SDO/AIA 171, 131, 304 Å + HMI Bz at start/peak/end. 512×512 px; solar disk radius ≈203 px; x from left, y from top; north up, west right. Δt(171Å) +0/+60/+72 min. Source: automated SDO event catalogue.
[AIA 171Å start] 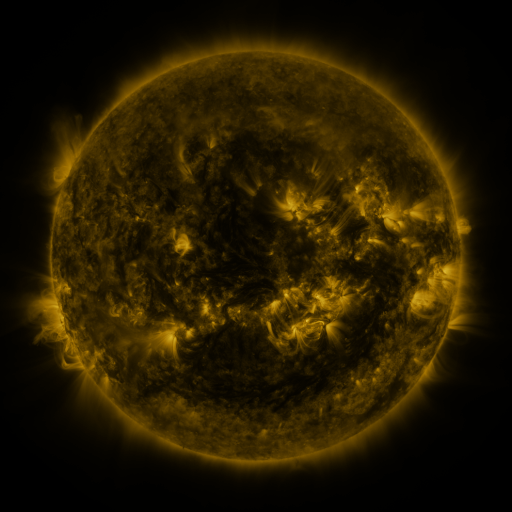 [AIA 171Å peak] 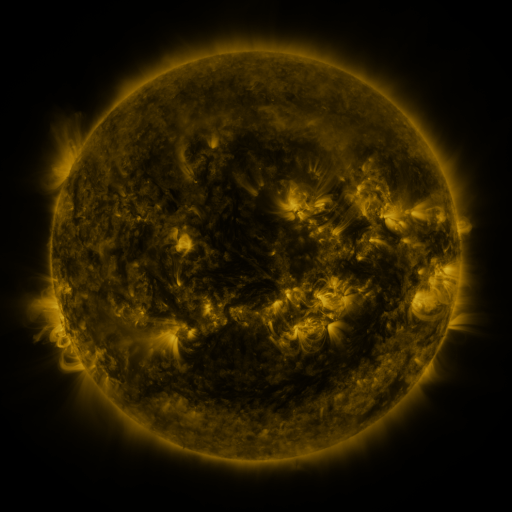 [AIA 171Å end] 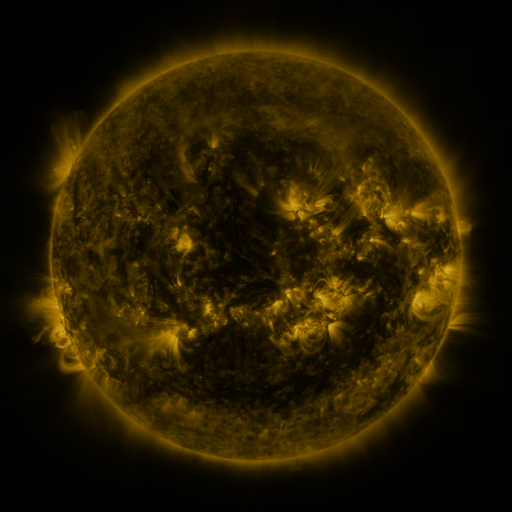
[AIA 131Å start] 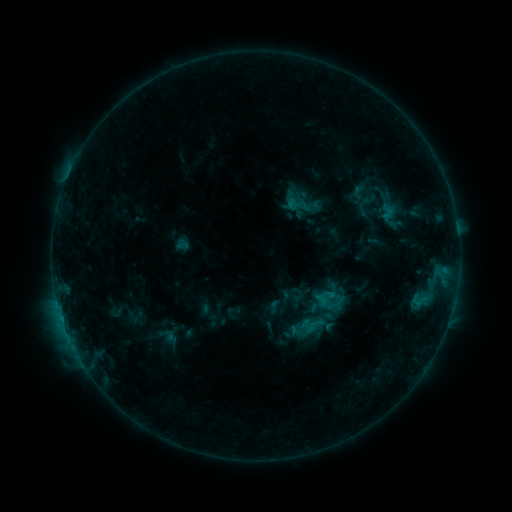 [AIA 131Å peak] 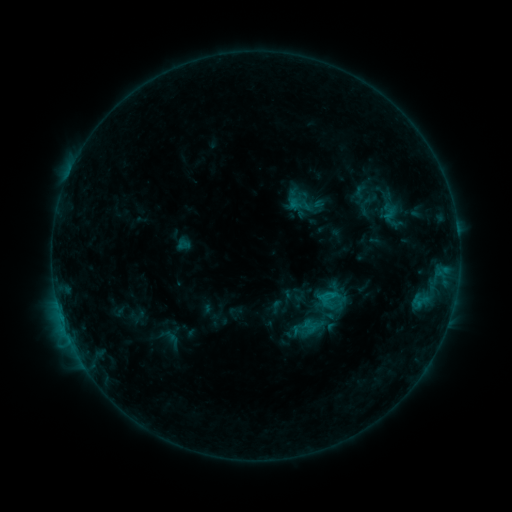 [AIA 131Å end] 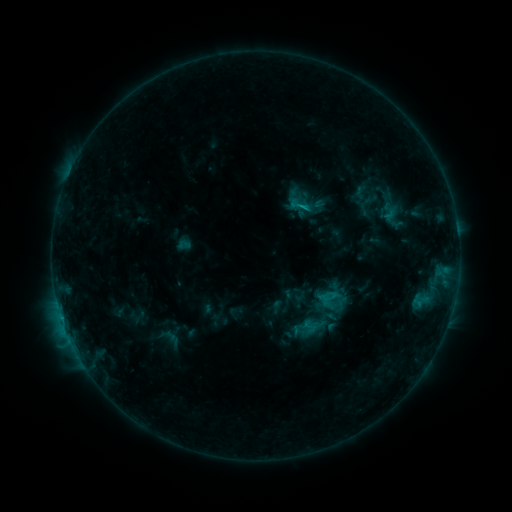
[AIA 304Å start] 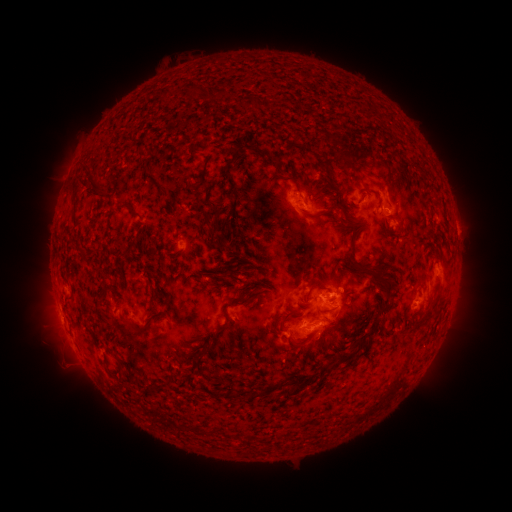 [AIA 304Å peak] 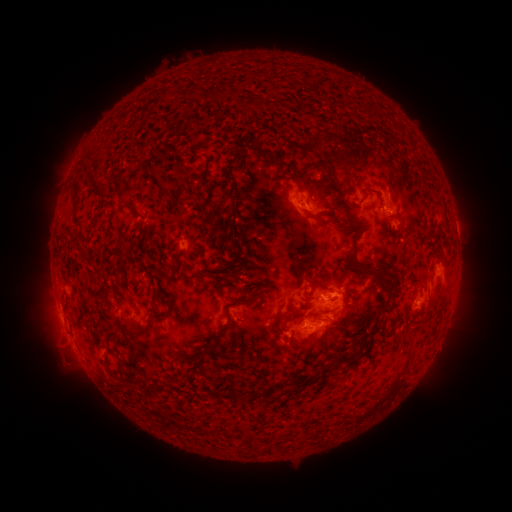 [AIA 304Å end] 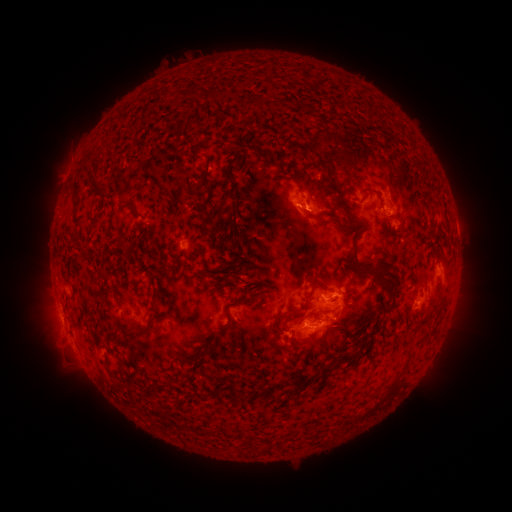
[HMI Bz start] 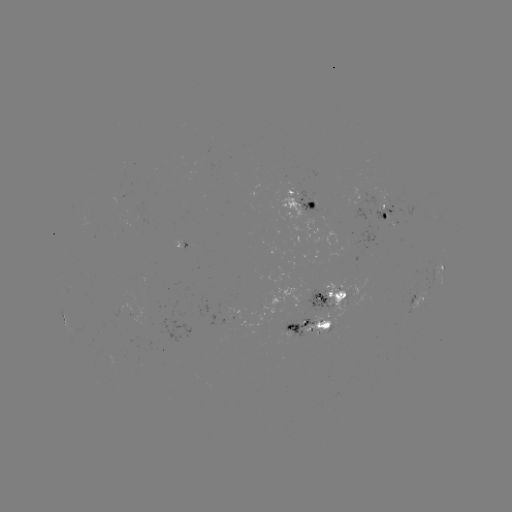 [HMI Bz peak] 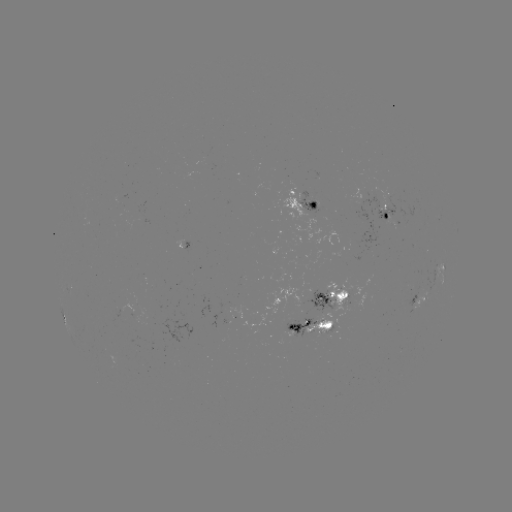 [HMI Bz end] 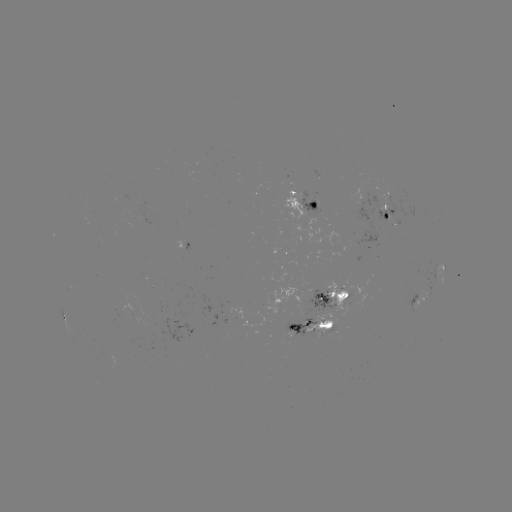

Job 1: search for emerging-flux region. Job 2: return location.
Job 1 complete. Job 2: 378,212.